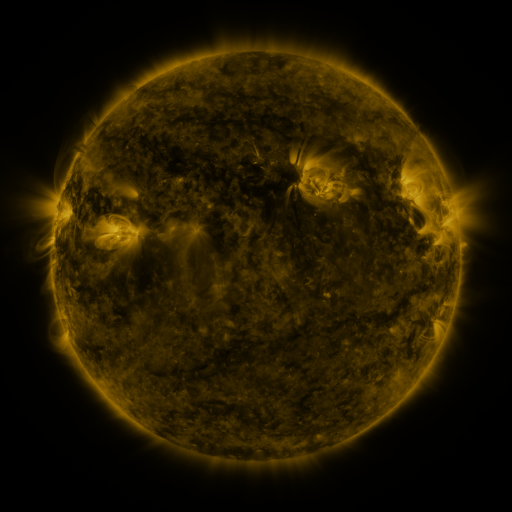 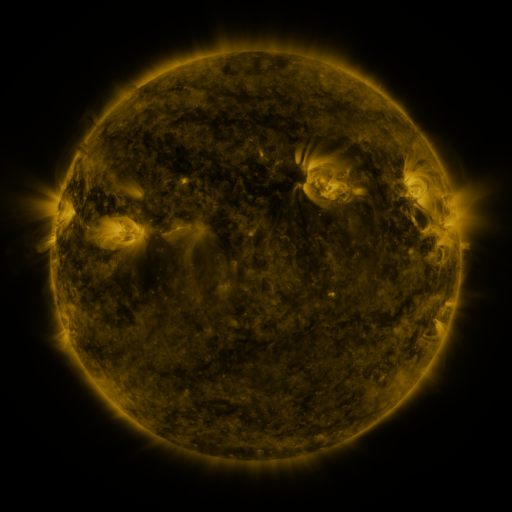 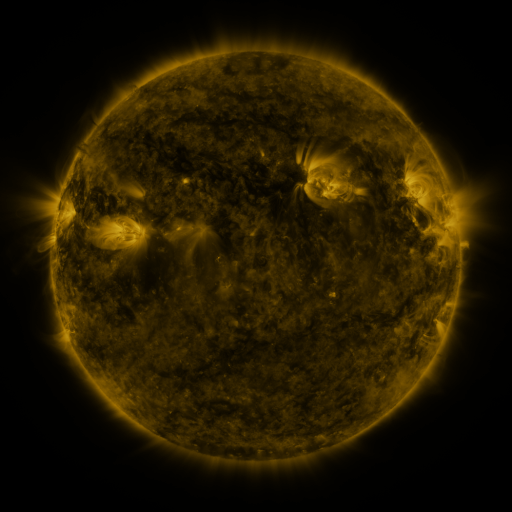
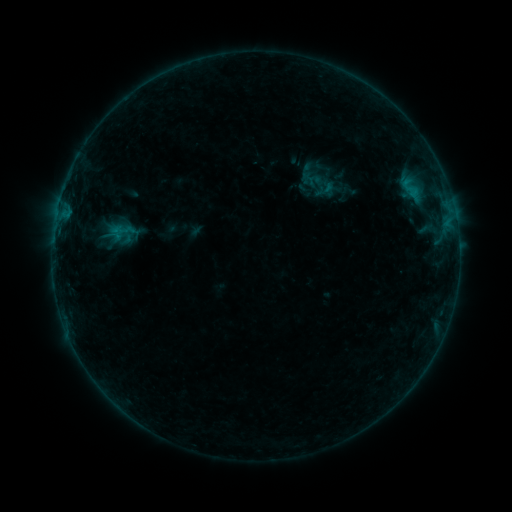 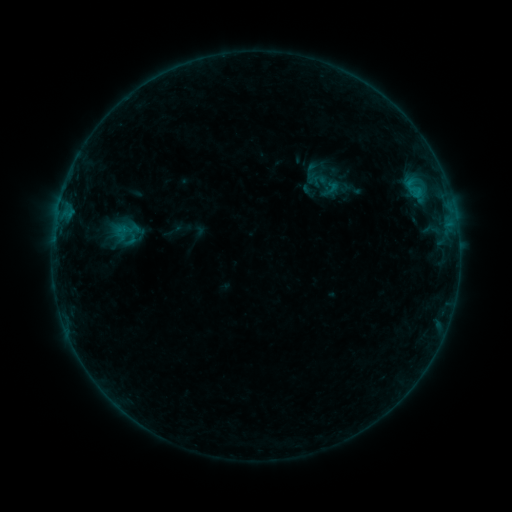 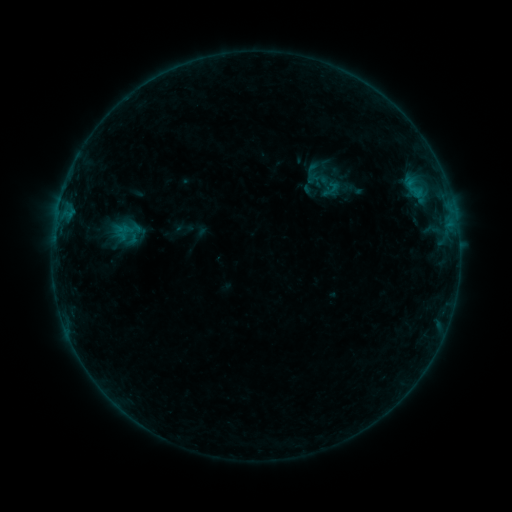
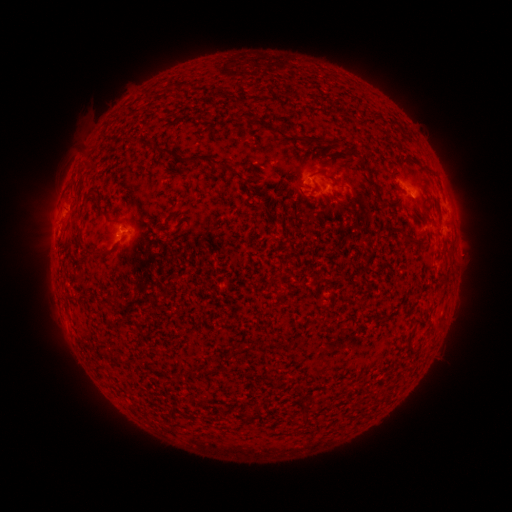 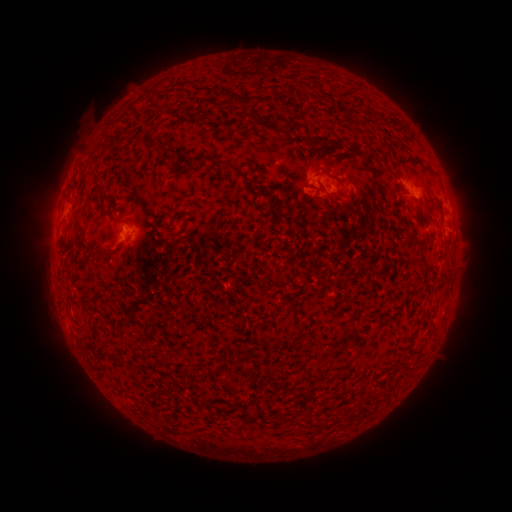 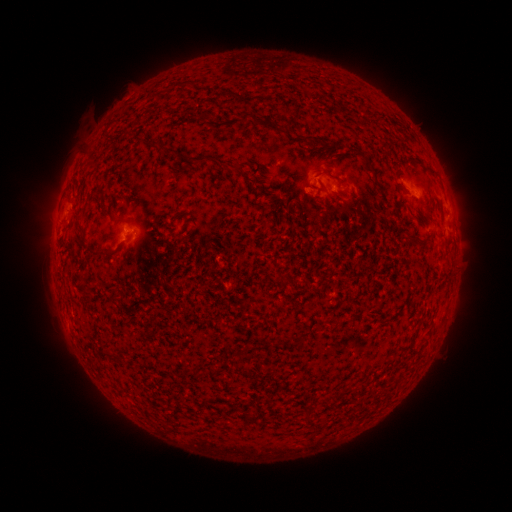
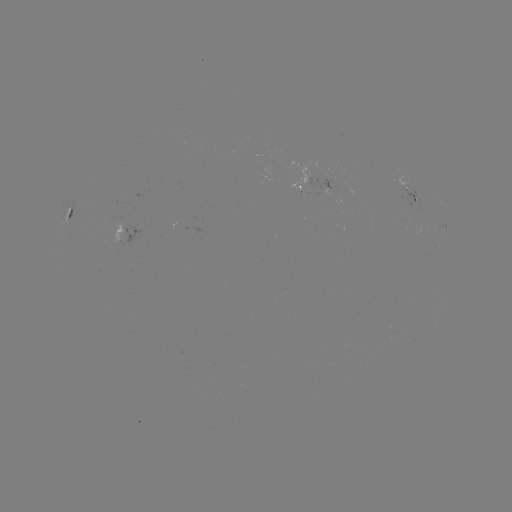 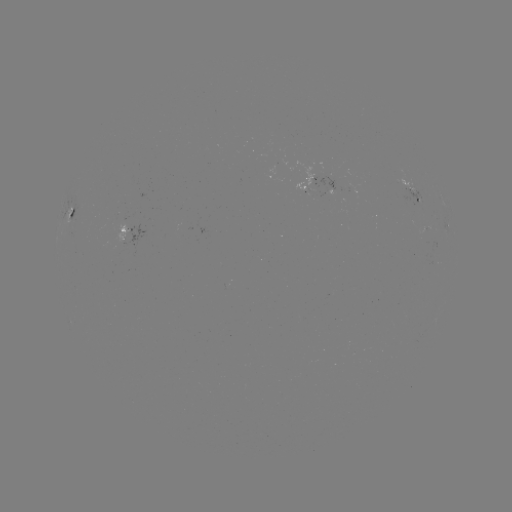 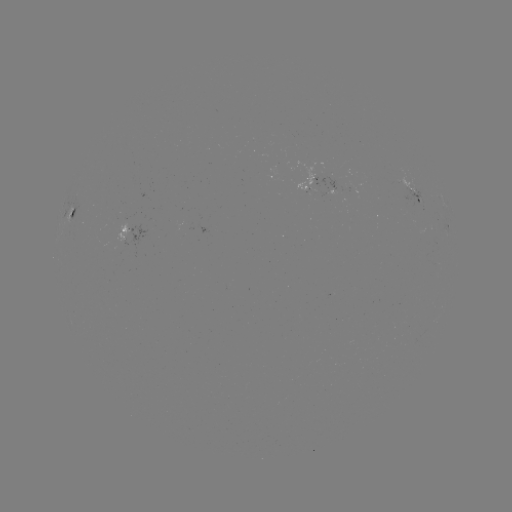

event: emerging-flux region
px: (305, 186)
